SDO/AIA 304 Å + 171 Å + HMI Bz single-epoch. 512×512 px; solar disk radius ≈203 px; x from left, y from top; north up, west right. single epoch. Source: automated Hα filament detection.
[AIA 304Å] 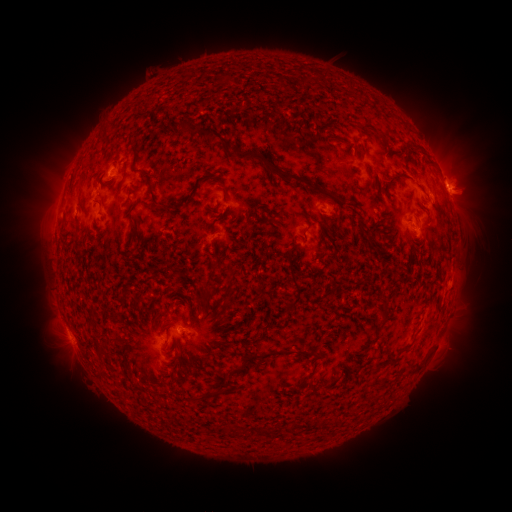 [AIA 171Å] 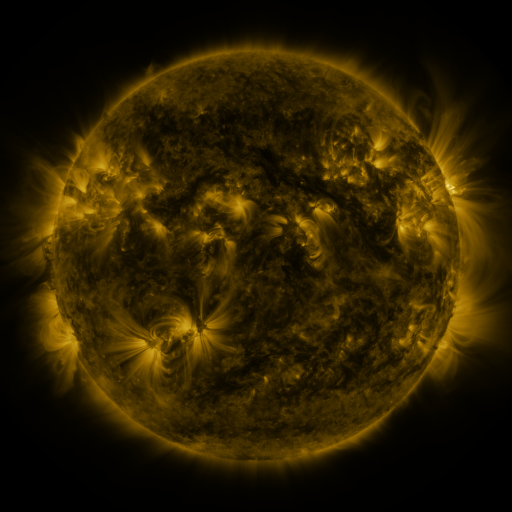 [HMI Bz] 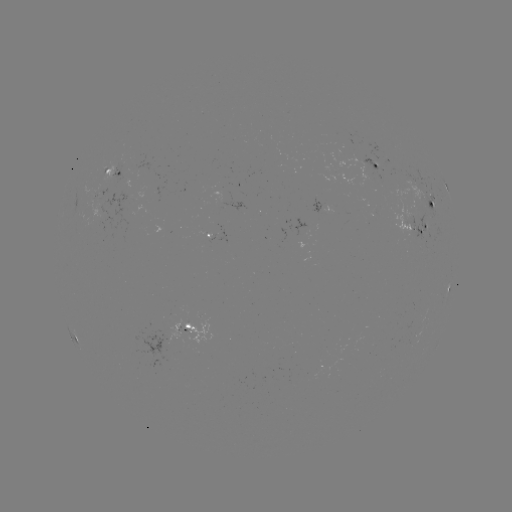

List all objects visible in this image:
filament: <bbox>198, 125, 225, 142</bbox>
filament: <bbox>234, 149, 308, 185</bbox>
filament: <bbox>385, 176, 399, 191</bbox>
filament: <bbox>309, 185, 319, 193</bbox>
filament: <bbox>287, 262, 301, 308</bbox>
filament: <bbox>238, 349, 284, 369</bbox>
filament: <bbox>295, 350, 316, 359</bbox>
filament: <bbox>292, 376, 307, 389</bbox>
filament: <bbox>198, 388, 224, 399</bbox>
